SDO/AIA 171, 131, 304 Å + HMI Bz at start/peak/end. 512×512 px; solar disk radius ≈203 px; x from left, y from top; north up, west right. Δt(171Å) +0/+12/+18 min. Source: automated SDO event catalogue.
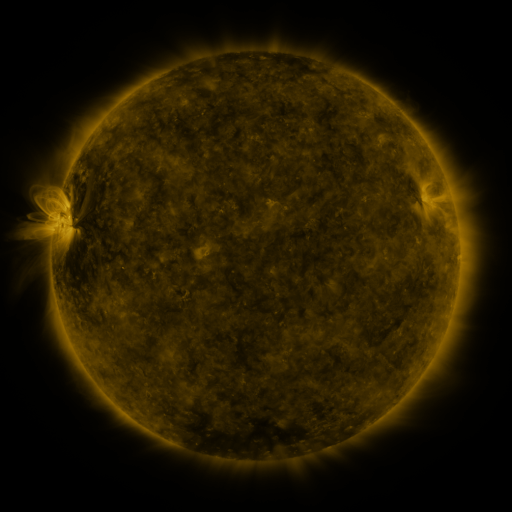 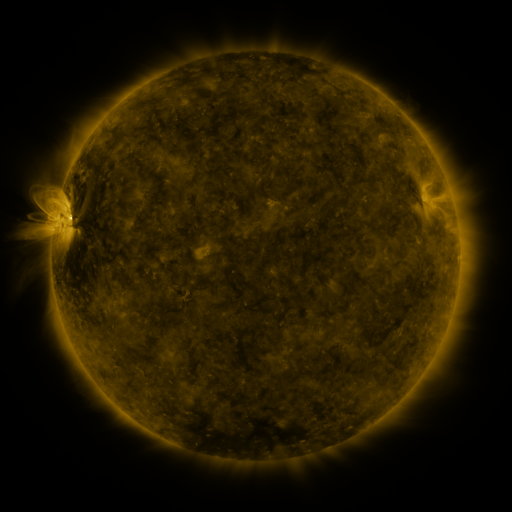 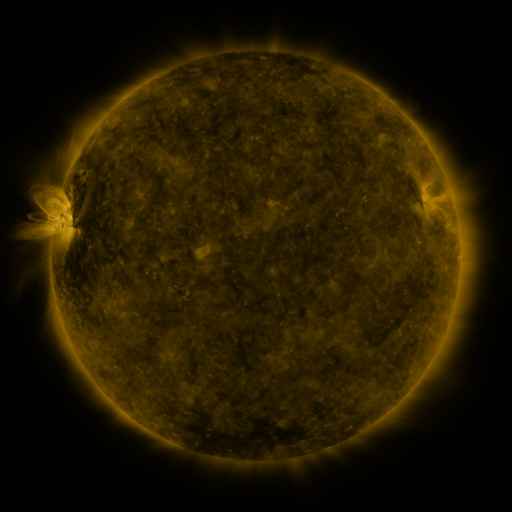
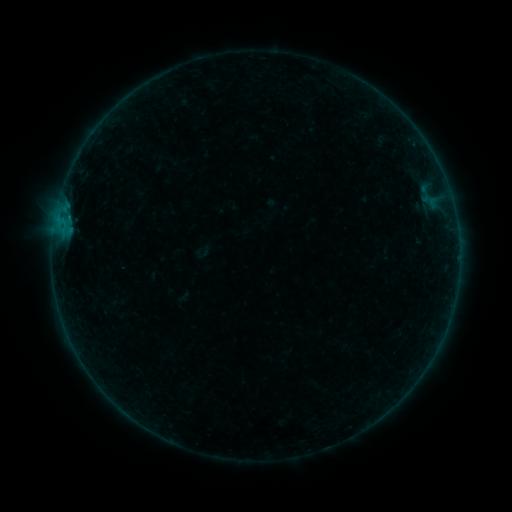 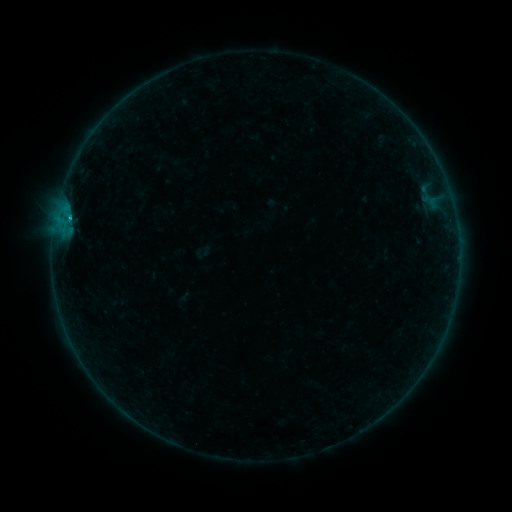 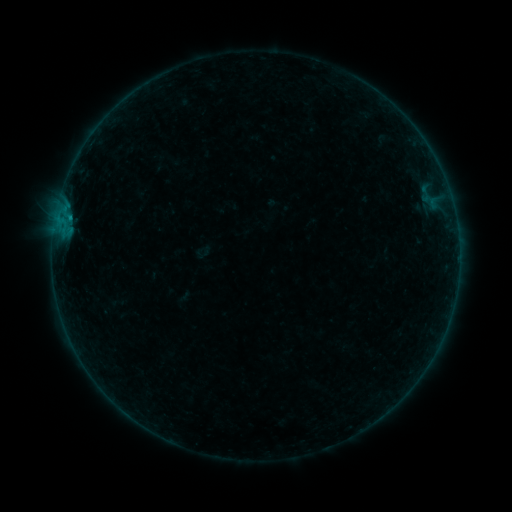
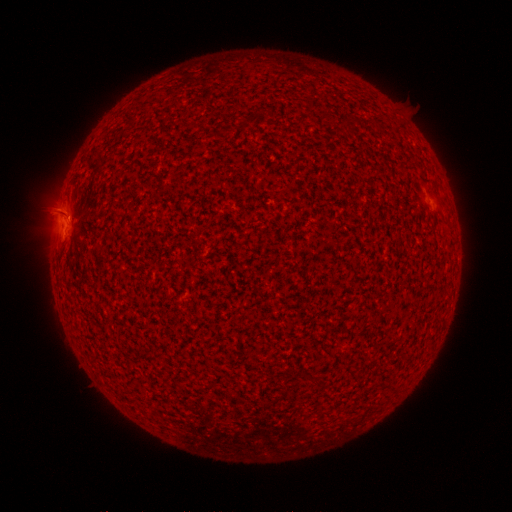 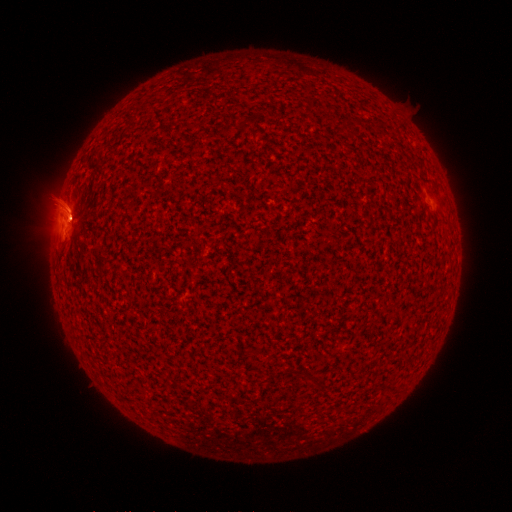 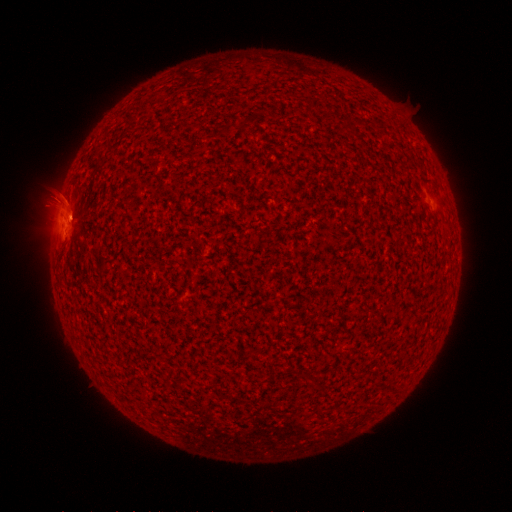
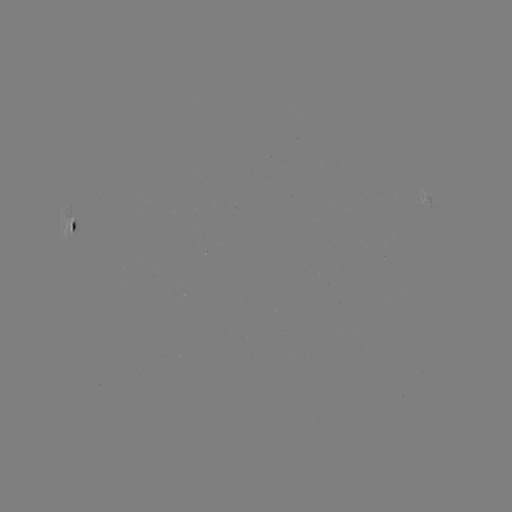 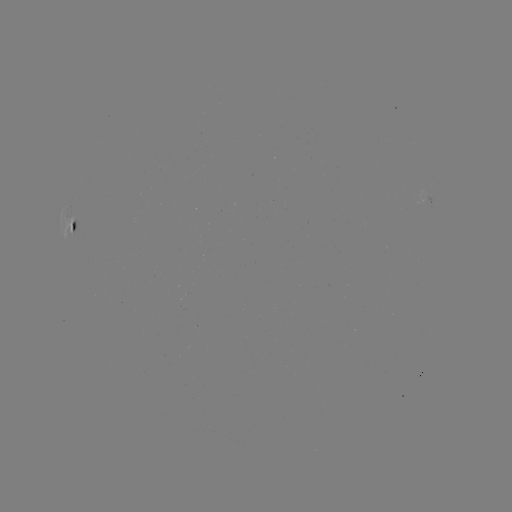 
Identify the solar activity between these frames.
B3.3 flare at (70, 219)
